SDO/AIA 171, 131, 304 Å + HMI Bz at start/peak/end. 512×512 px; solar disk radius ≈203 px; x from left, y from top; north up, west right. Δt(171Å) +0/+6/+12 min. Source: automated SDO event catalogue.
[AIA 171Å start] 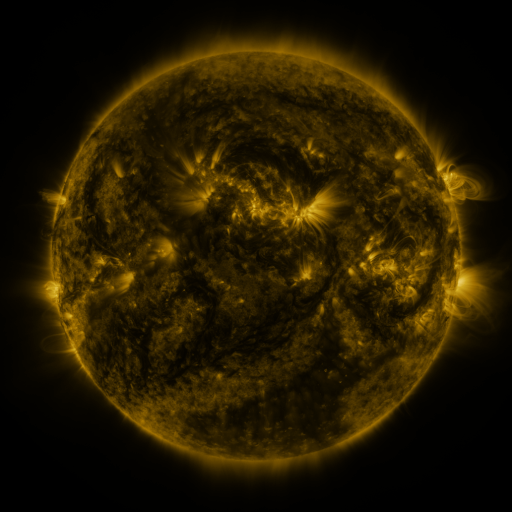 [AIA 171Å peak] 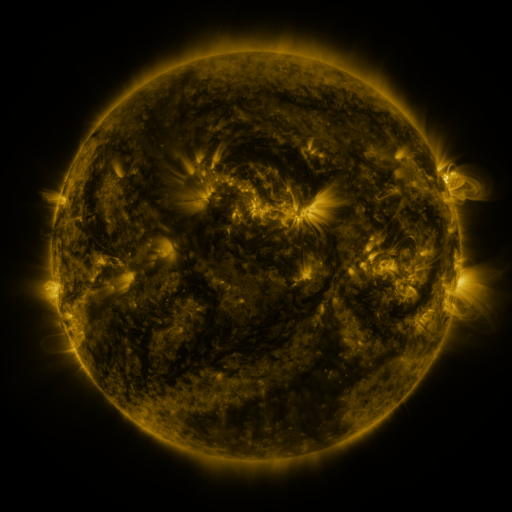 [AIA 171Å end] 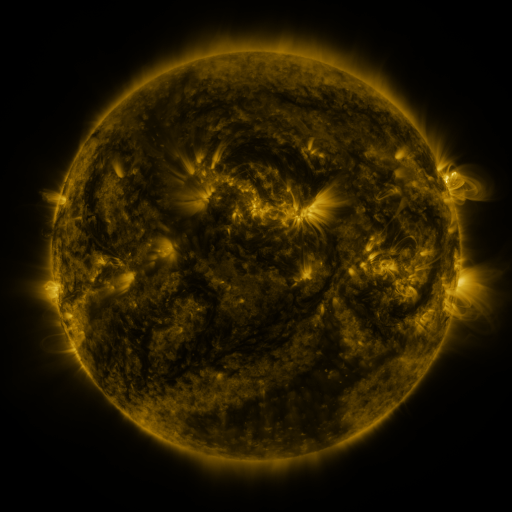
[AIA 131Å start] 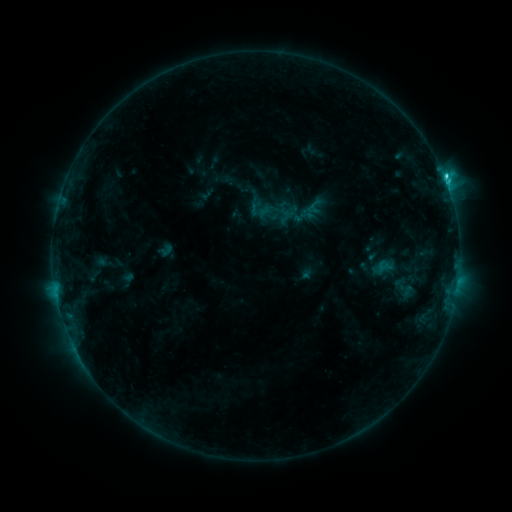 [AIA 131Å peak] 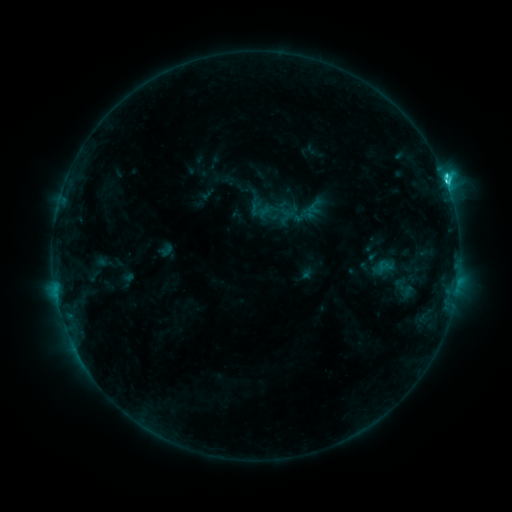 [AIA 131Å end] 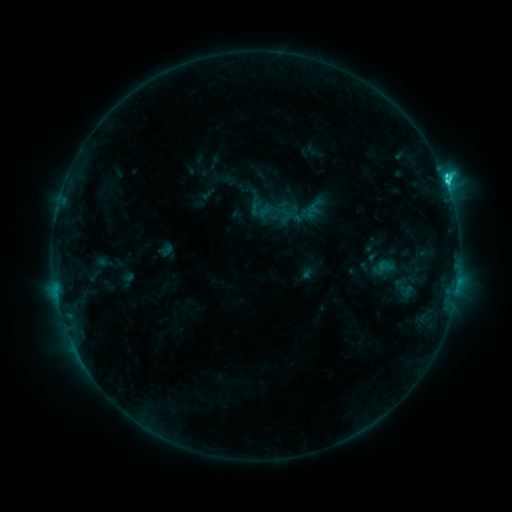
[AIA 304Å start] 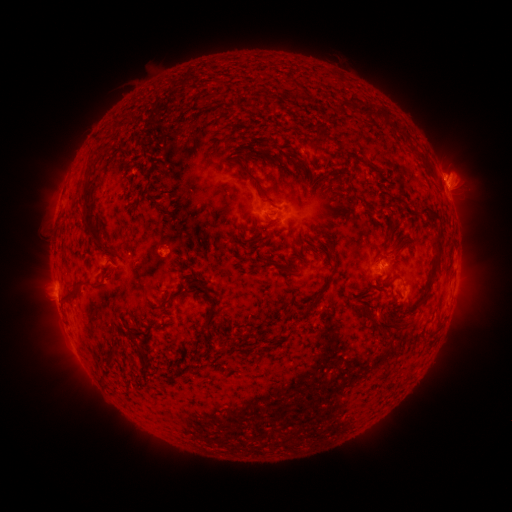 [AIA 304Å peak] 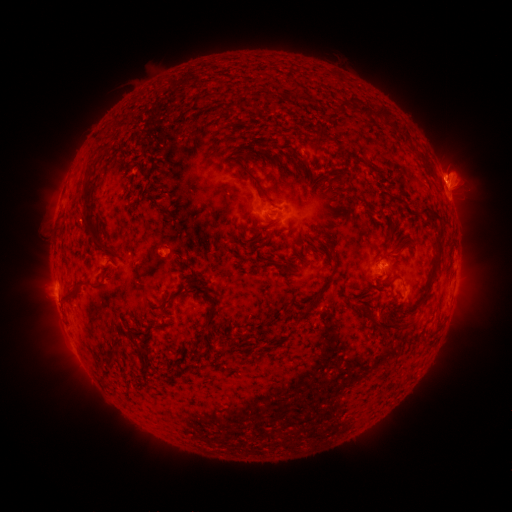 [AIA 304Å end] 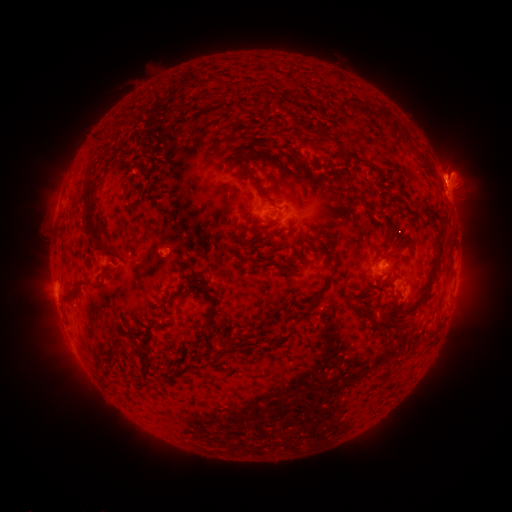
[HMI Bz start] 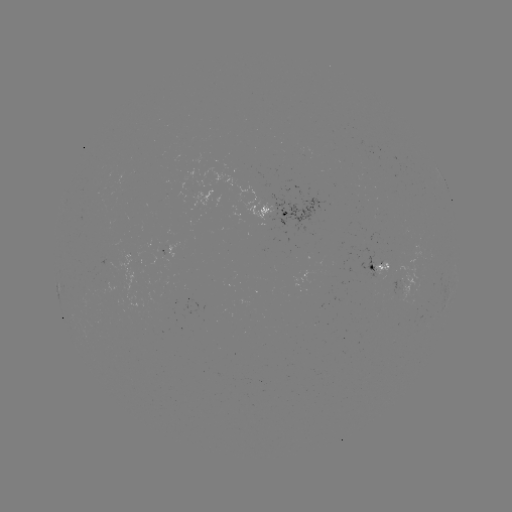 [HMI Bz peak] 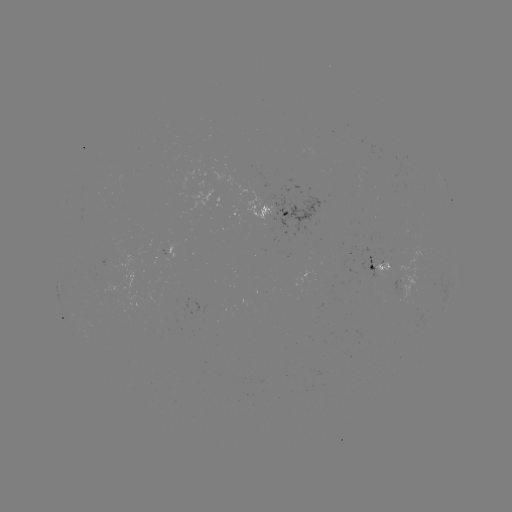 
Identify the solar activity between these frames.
C3.4 flare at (446, 185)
